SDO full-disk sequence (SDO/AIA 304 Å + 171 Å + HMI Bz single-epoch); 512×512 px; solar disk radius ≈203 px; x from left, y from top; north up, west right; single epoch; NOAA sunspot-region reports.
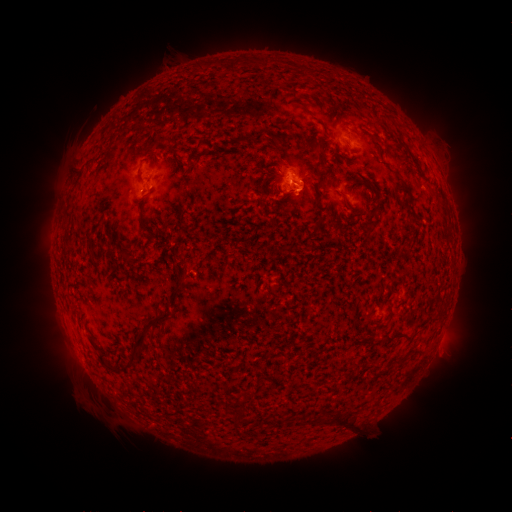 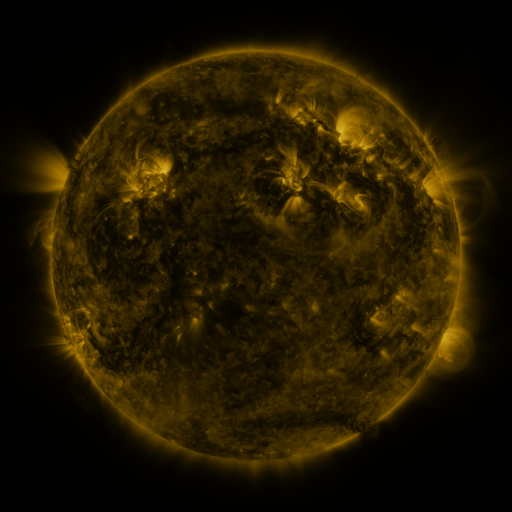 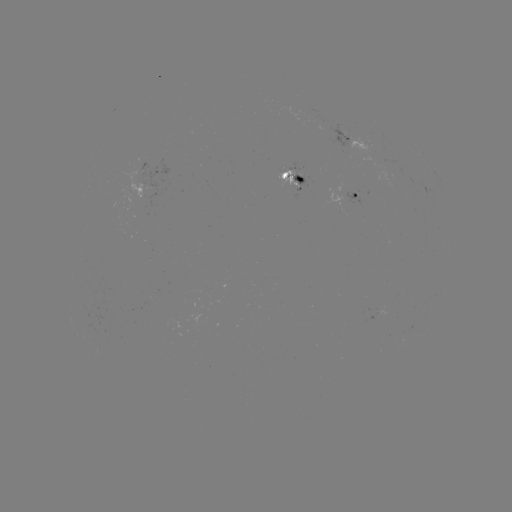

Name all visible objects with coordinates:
spotted active region: (347, 139)
spotted active region: (153, 173)
spotted active region: (293, 176)
spotted active region: (356, 196)
